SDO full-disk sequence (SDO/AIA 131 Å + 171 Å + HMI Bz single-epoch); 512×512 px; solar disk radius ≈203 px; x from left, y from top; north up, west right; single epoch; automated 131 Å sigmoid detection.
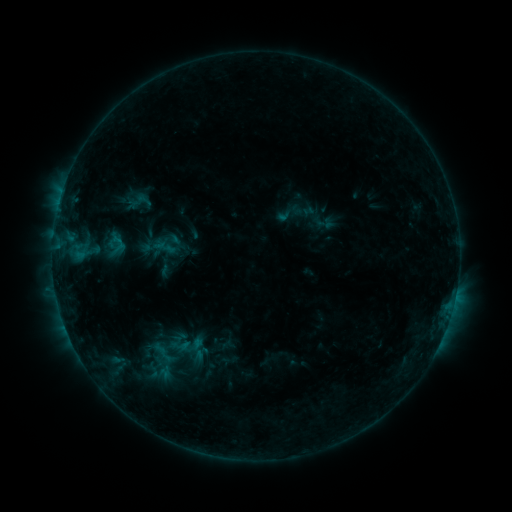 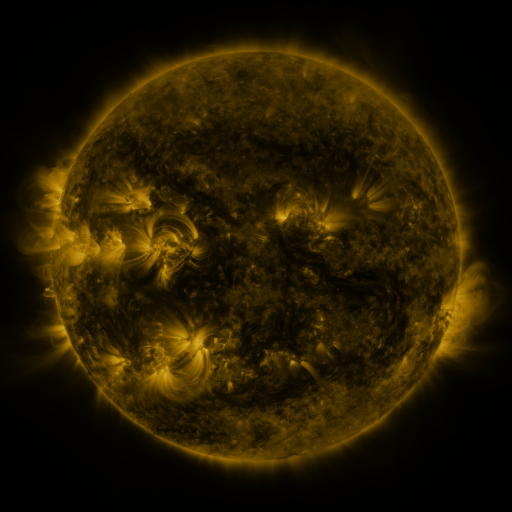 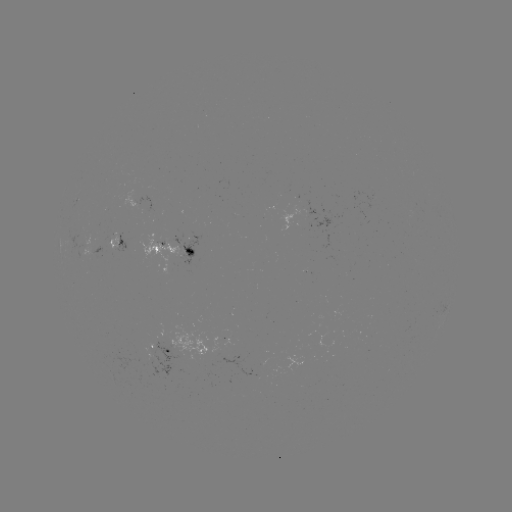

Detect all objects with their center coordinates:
sigmoid: <bbox>168, 336, 191, 356</bbox>
